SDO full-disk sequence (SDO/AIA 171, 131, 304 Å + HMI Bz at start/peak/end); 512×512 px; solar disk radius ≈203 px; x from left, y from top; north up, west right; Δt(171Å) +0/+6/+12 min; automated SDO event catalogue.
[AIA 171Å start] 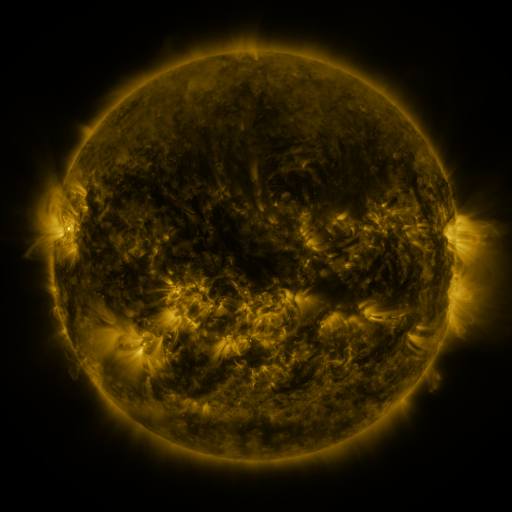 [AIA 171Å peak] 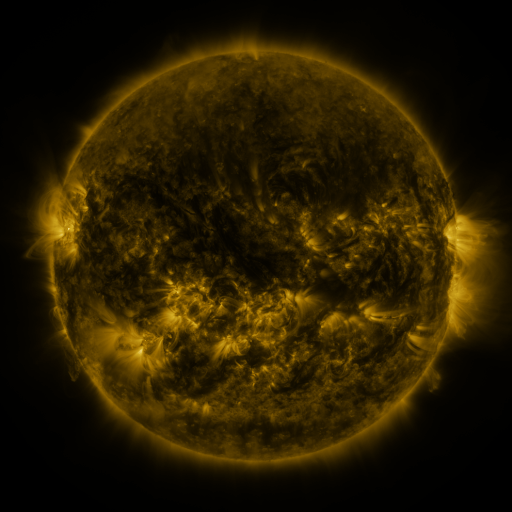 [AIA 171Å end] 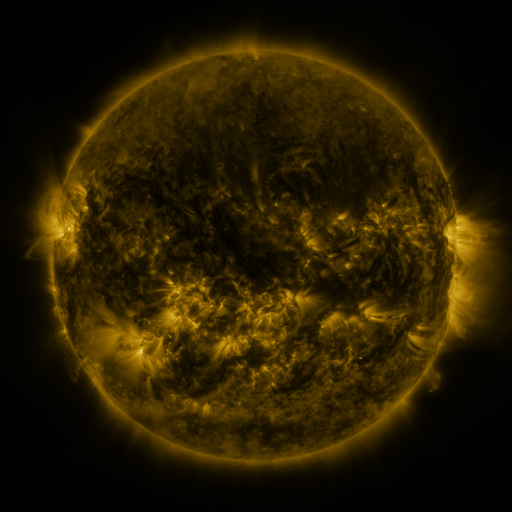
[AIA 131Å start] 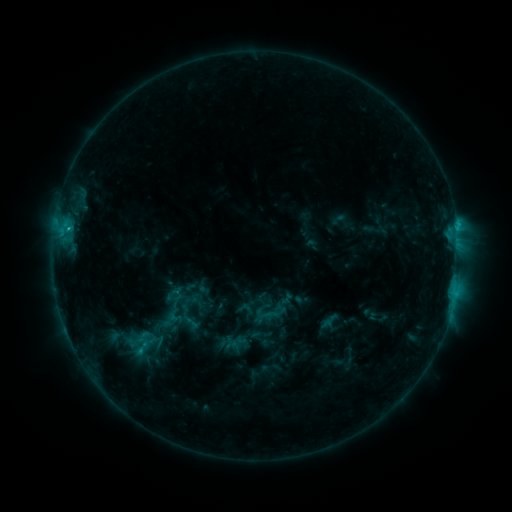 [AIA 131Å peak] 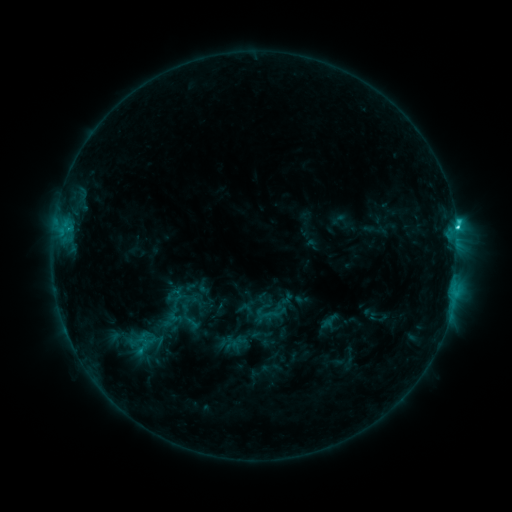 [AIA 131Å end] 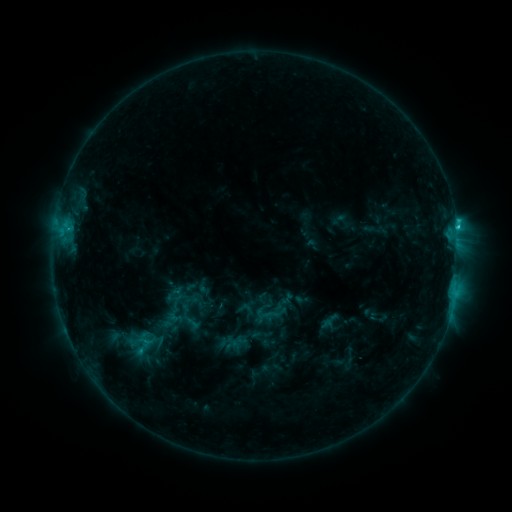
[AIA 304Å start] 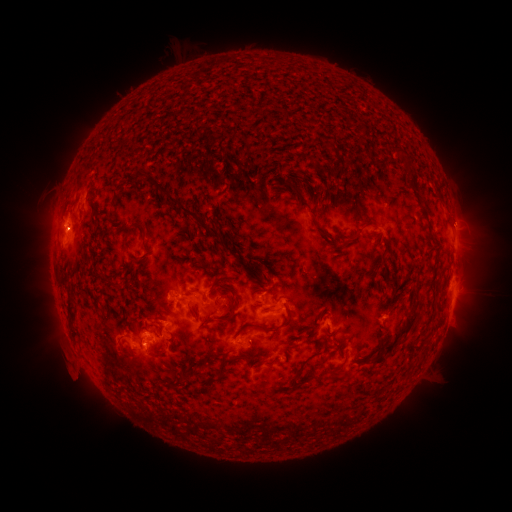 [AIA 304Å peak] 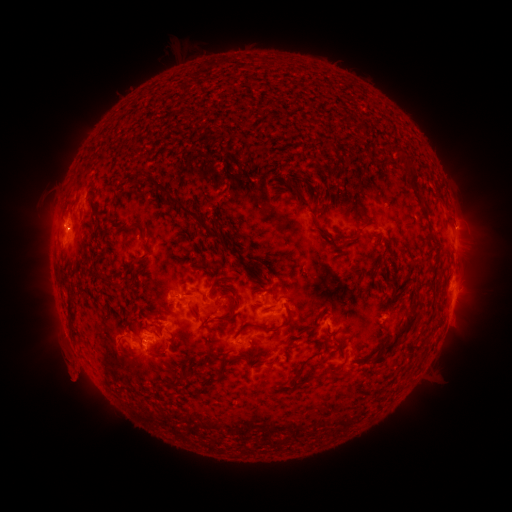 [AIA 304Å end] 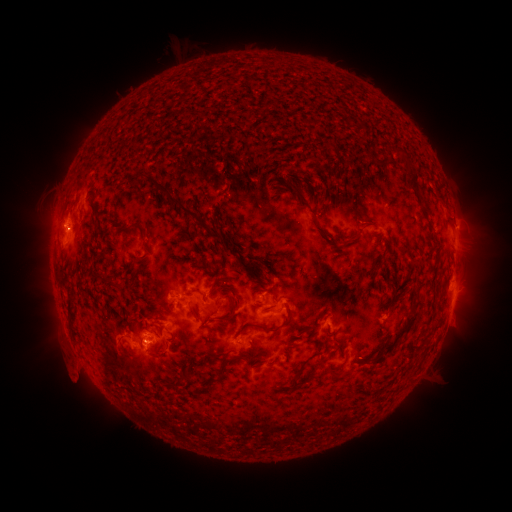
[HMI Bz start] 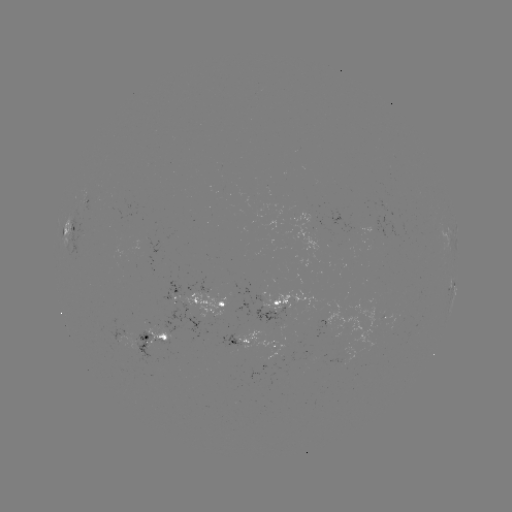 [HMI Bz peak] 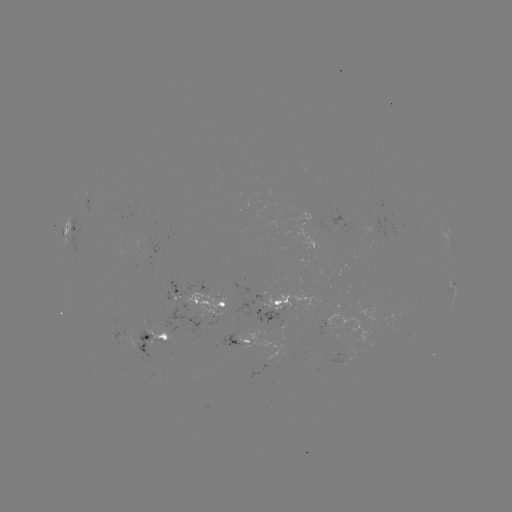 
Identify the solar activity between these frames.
C2.3 flare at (457, 228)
